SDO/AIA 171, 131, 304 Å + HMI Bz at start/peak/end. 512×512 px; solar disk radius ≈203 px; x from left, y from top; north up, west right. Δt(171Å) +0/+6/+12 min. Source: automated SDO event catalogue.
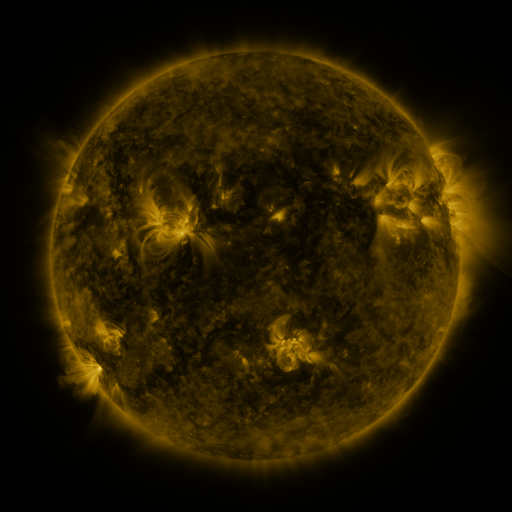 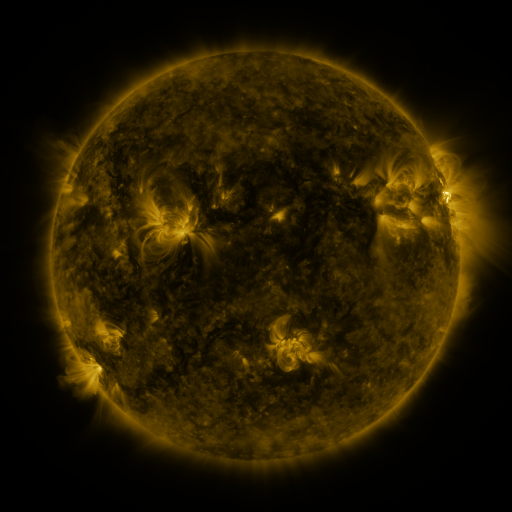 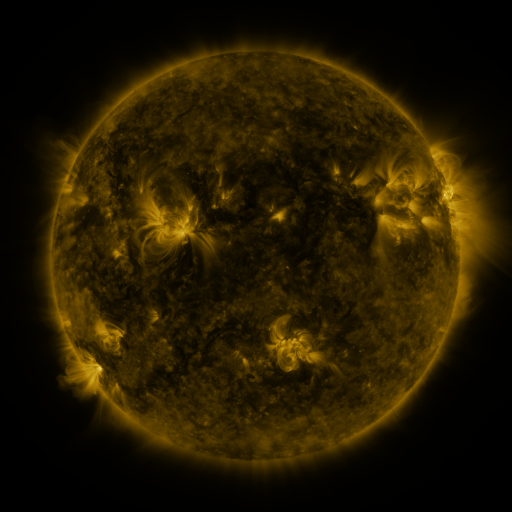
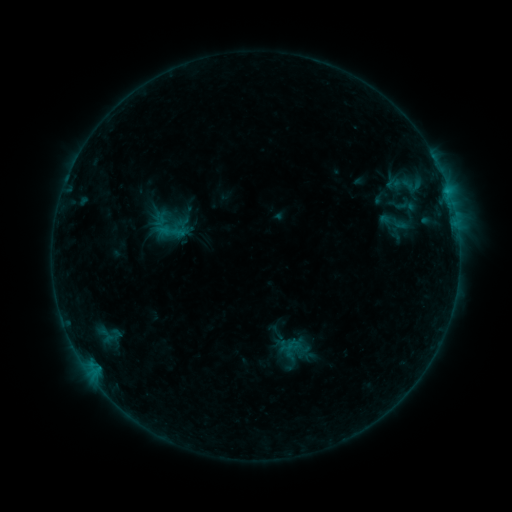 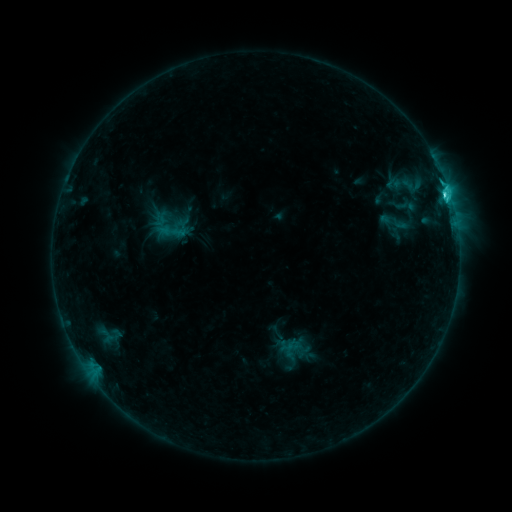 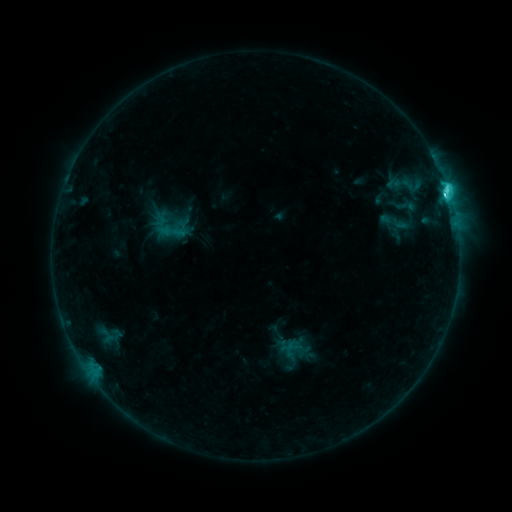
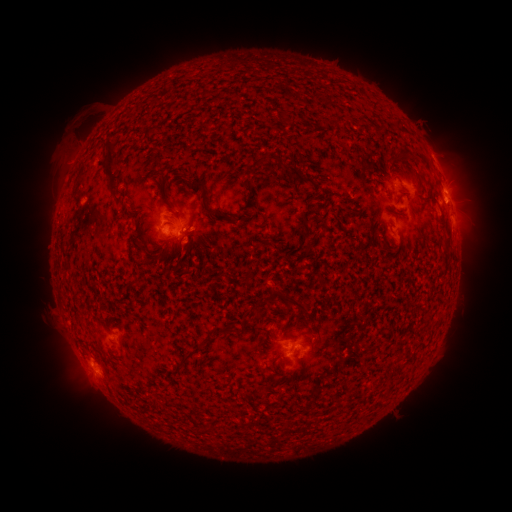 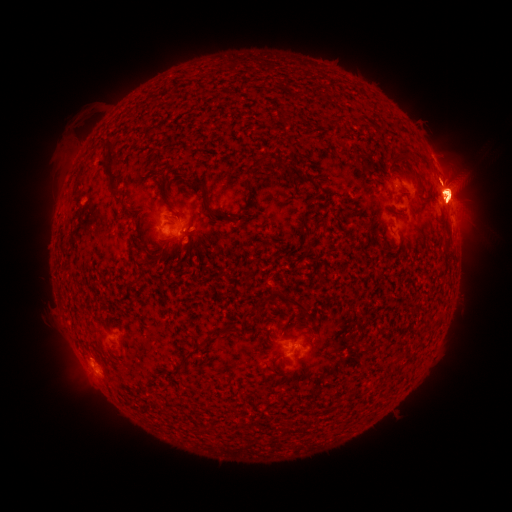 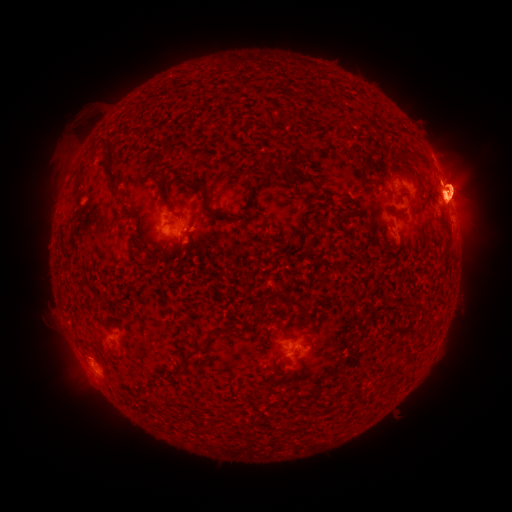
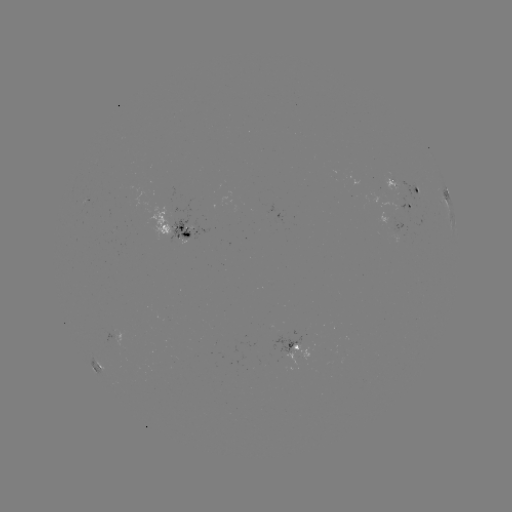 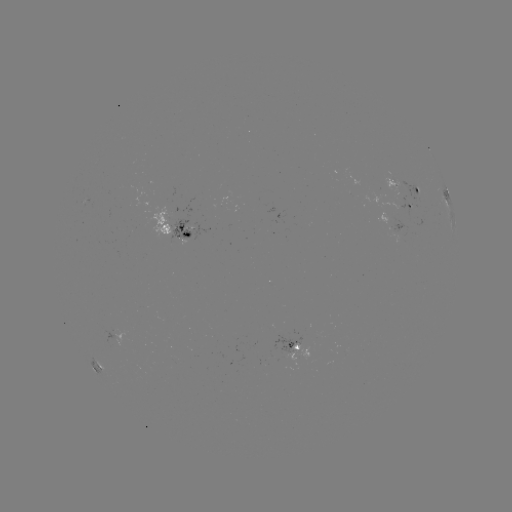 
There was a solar flare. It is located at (445, 198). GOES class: C8.3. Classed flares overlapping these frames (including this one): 1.